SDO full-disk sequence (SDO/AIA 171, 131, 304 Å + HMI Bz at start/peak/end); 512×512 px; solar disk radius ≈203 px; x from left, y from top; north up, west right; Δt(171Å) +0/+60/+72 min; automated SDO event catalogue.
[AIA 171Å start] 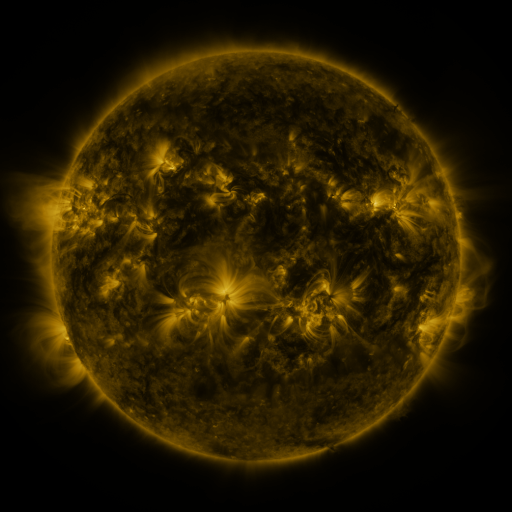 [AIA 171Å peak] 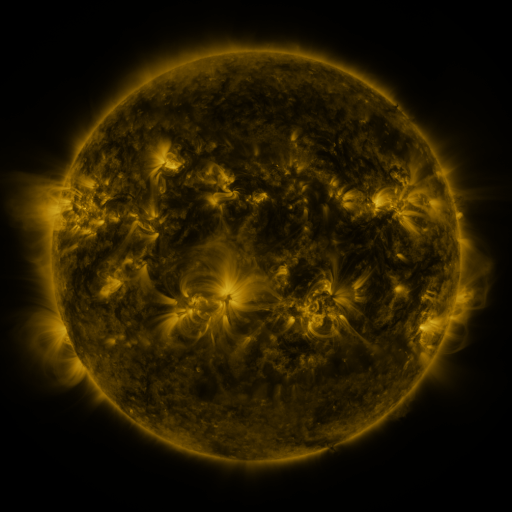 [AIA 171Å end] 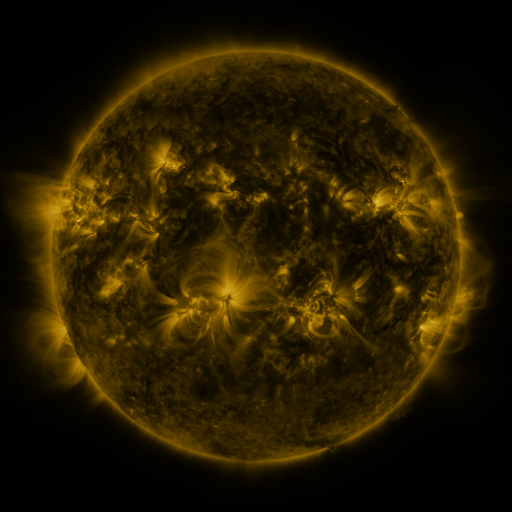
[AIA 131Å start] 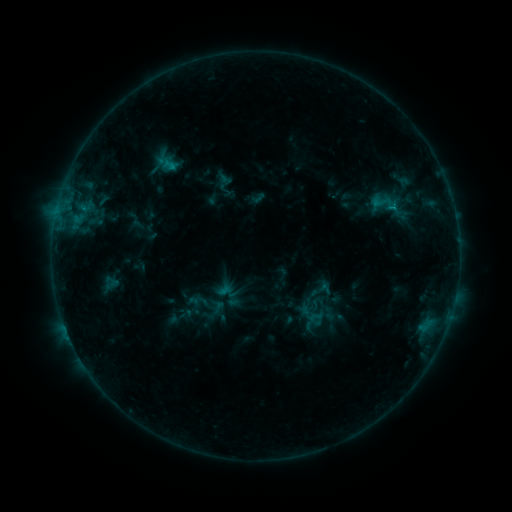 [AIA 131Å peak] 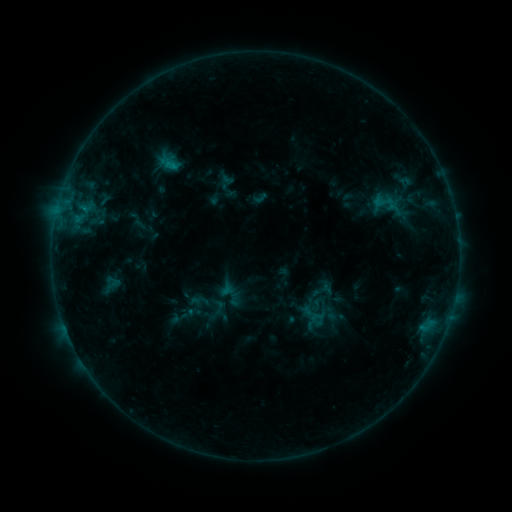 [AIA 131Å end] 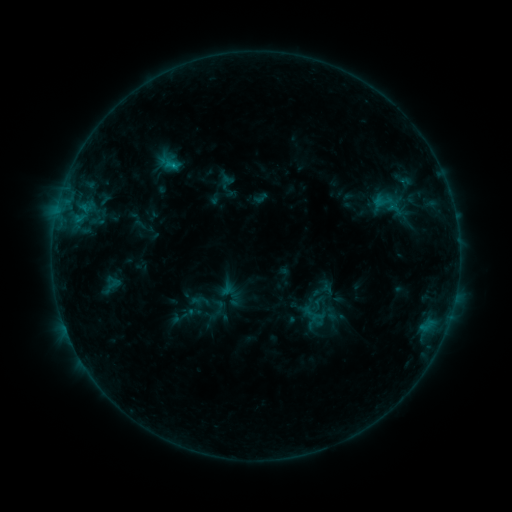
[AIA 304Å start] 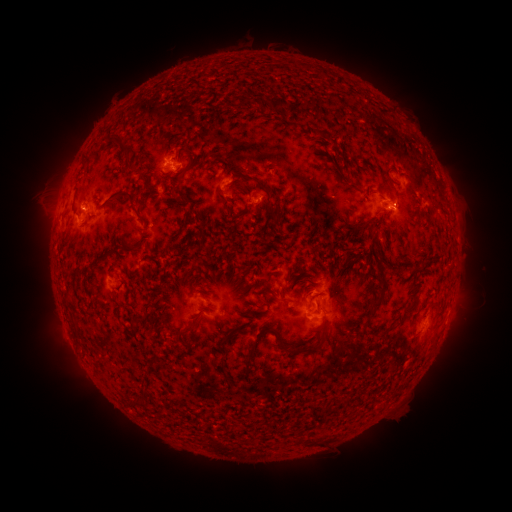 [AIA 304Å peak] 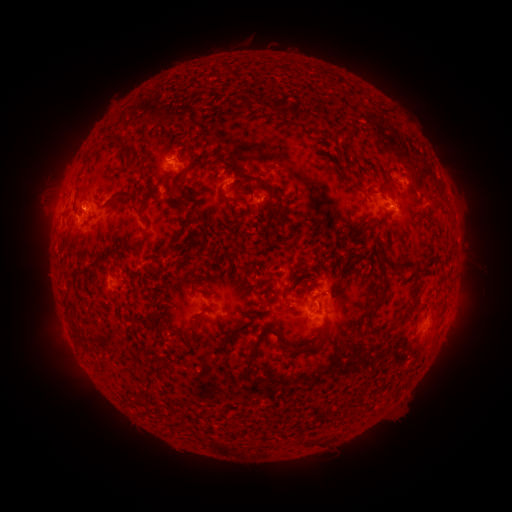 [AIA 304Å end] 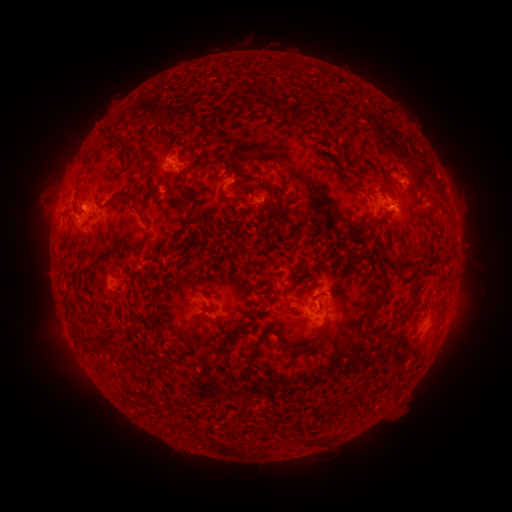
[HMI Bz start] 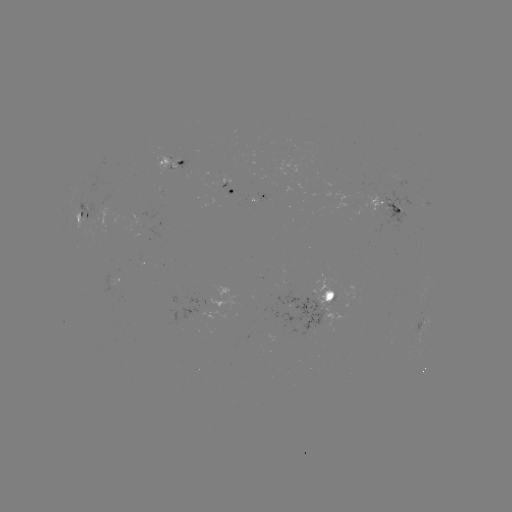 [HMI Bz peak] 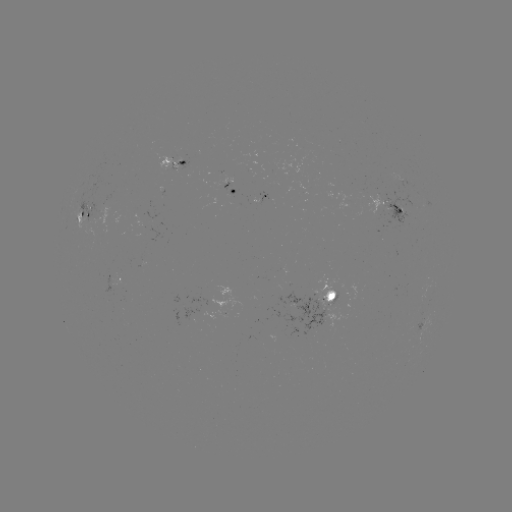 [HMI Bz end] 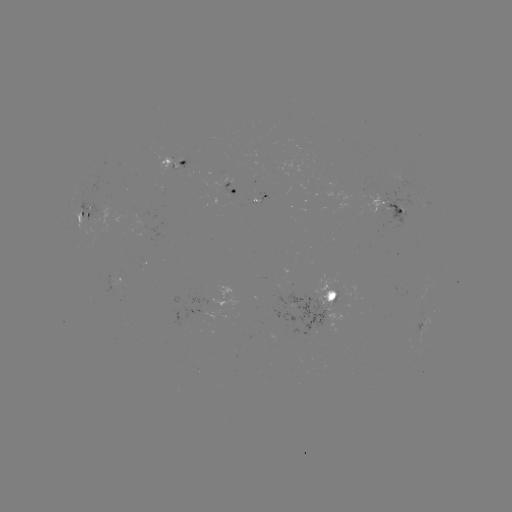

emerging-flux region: <bbox>84, 201, 101, 224</bbox>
